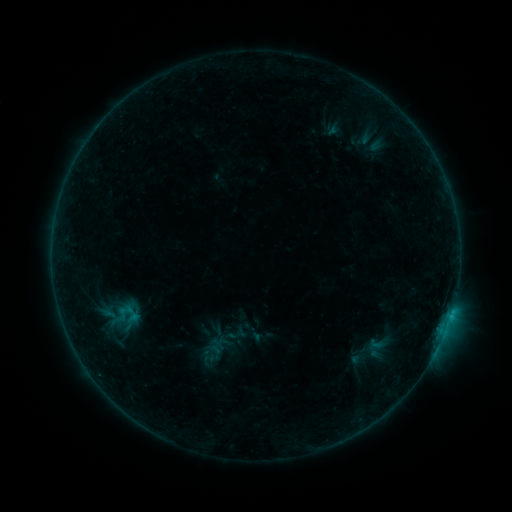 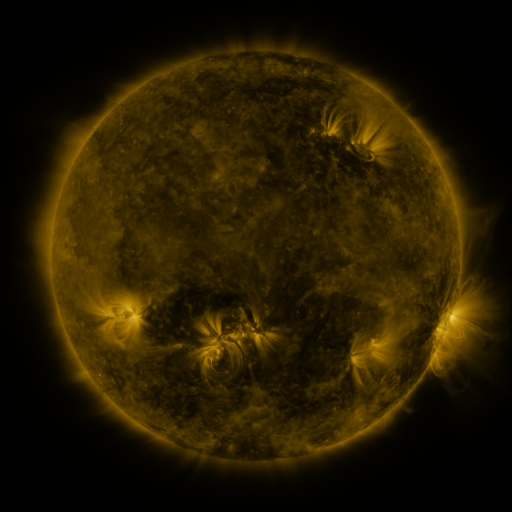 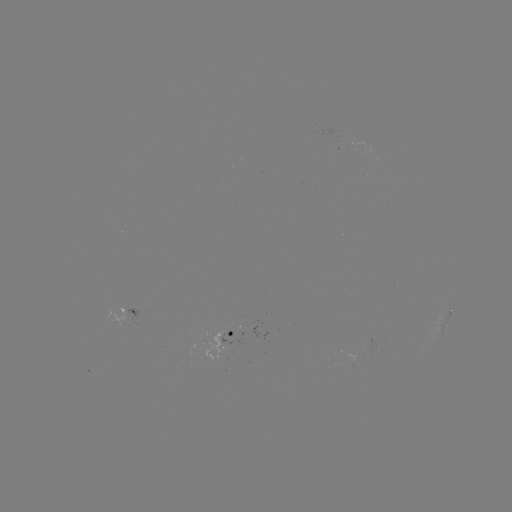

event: sigmoid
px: (376, 344)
